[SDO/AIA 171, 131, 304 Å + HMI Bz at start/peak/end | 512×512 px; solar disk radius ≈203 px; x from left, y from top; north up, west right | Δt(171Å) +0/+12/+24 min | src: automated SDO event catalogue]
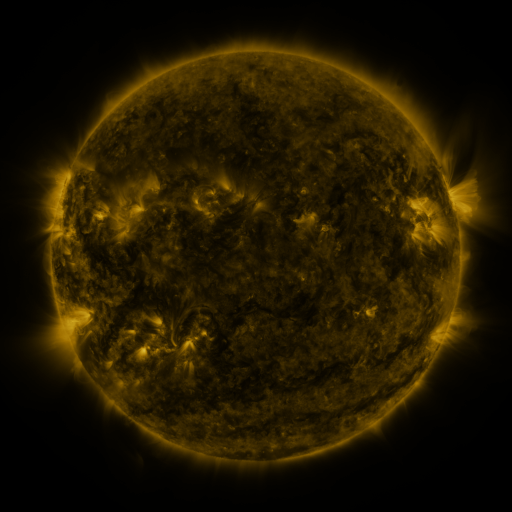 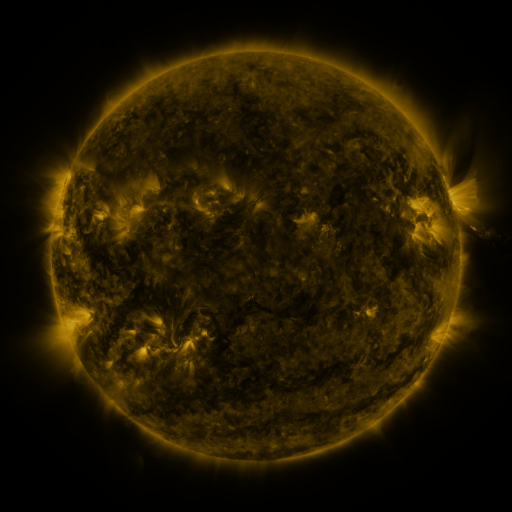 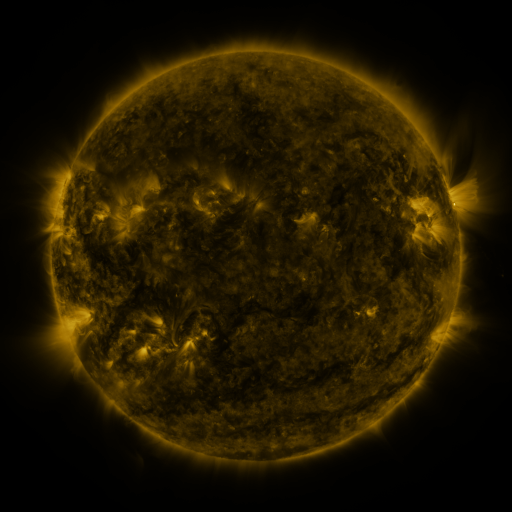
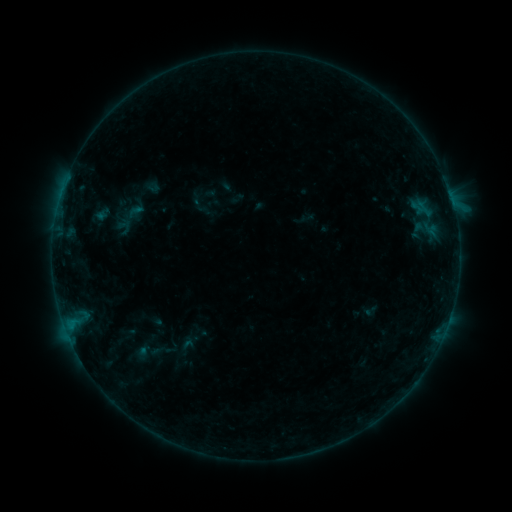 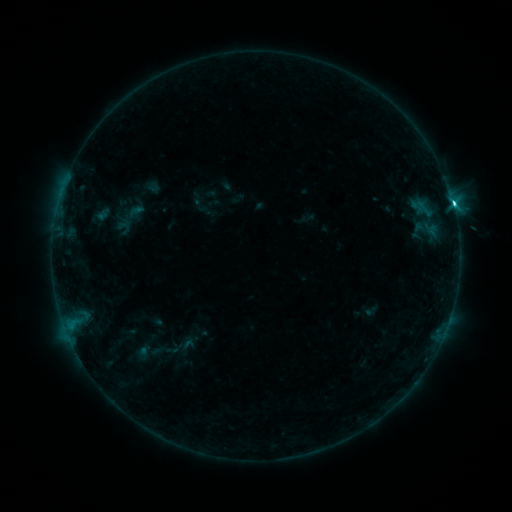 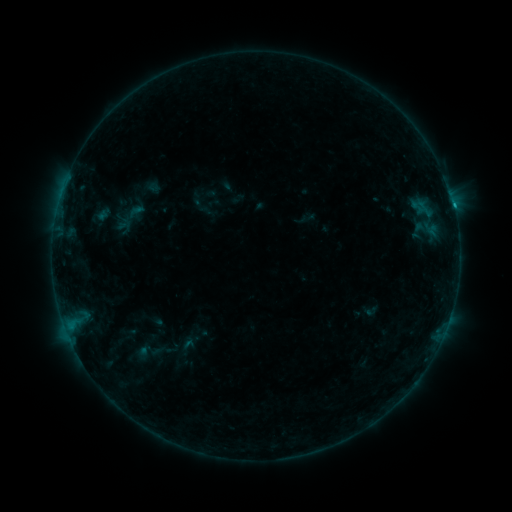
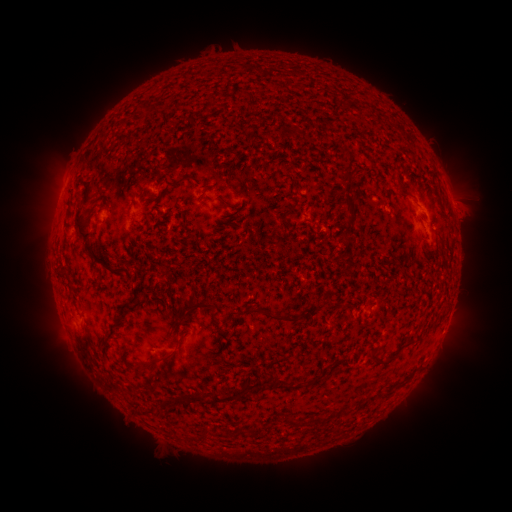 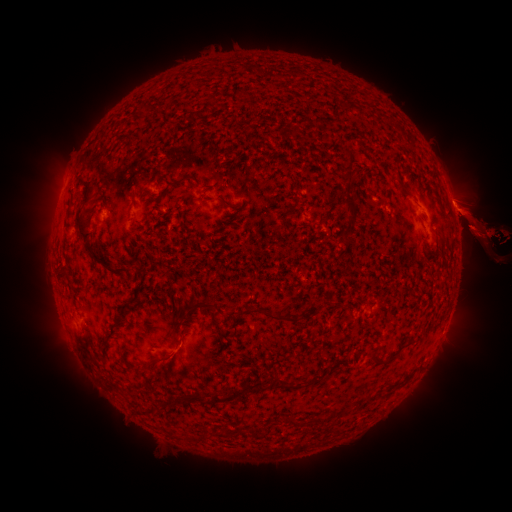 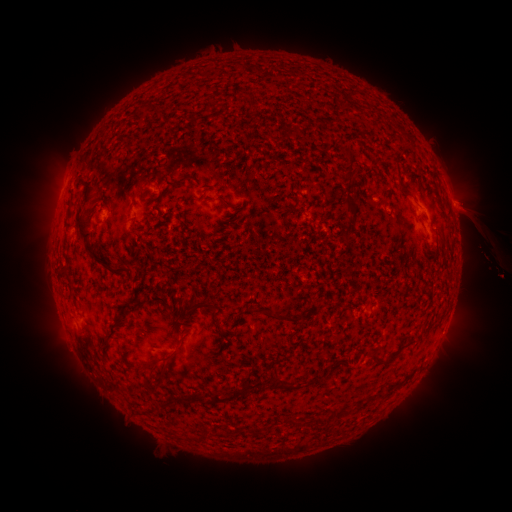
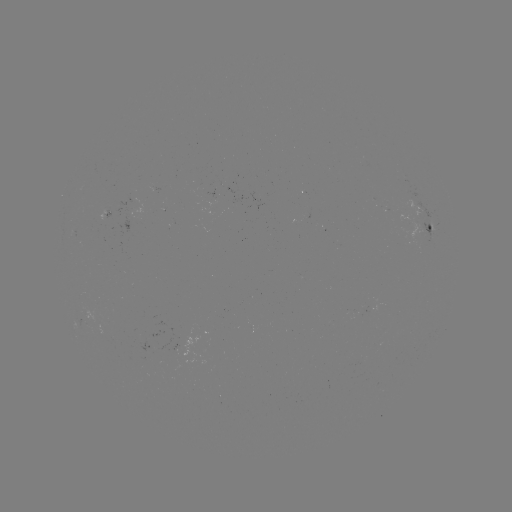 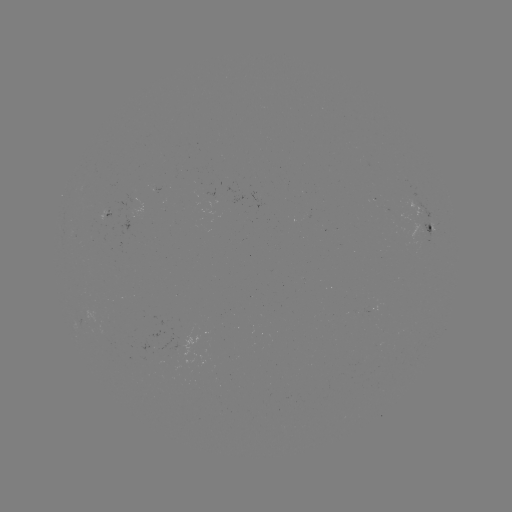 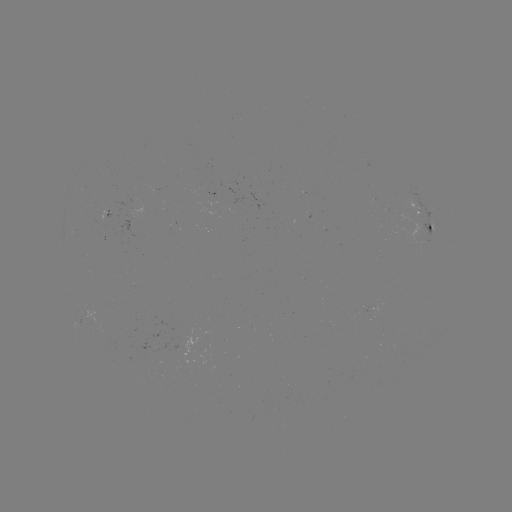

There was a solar eruption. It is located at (481, 226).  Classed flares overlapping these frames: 1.